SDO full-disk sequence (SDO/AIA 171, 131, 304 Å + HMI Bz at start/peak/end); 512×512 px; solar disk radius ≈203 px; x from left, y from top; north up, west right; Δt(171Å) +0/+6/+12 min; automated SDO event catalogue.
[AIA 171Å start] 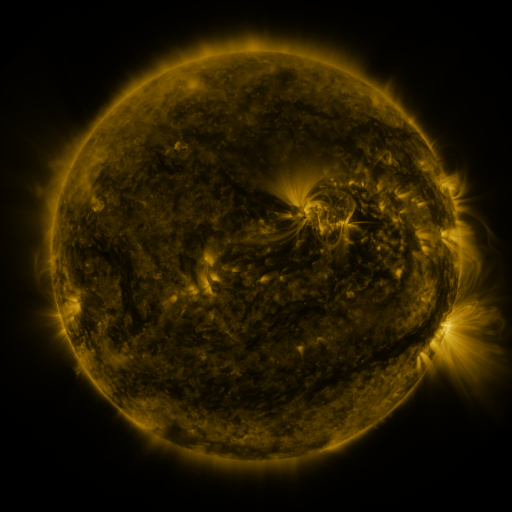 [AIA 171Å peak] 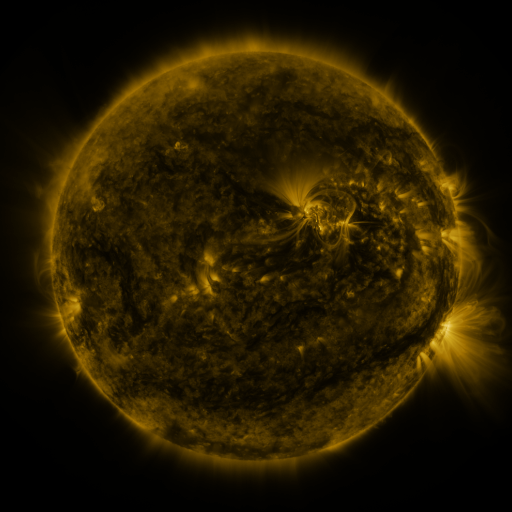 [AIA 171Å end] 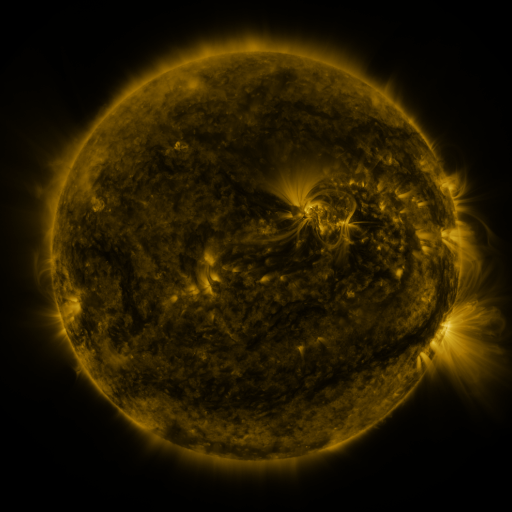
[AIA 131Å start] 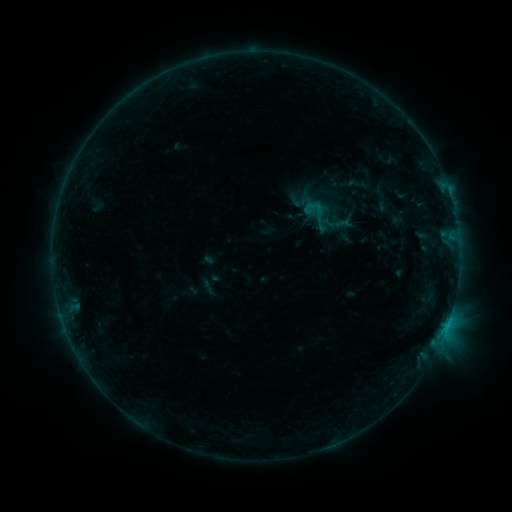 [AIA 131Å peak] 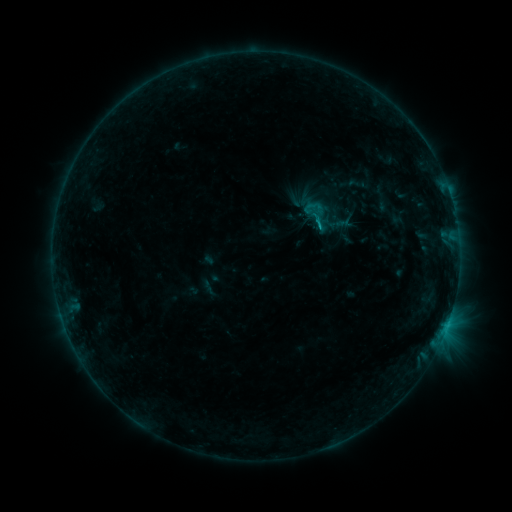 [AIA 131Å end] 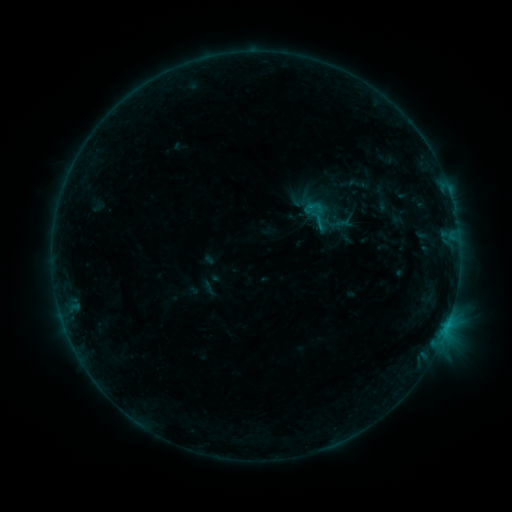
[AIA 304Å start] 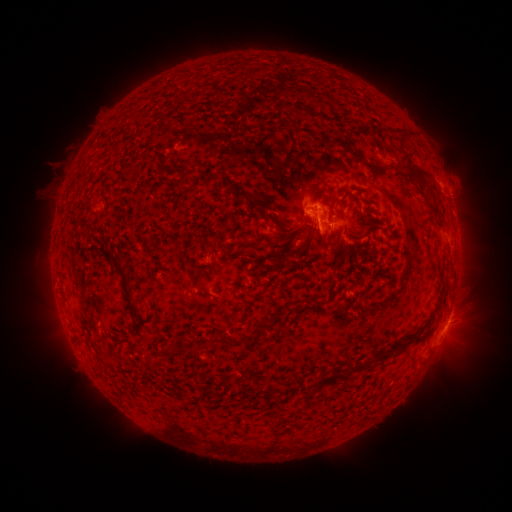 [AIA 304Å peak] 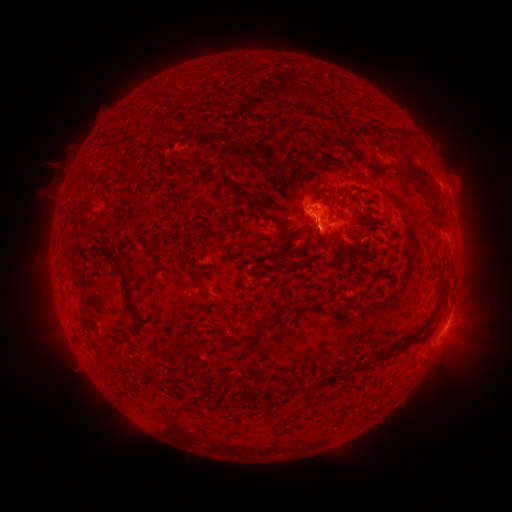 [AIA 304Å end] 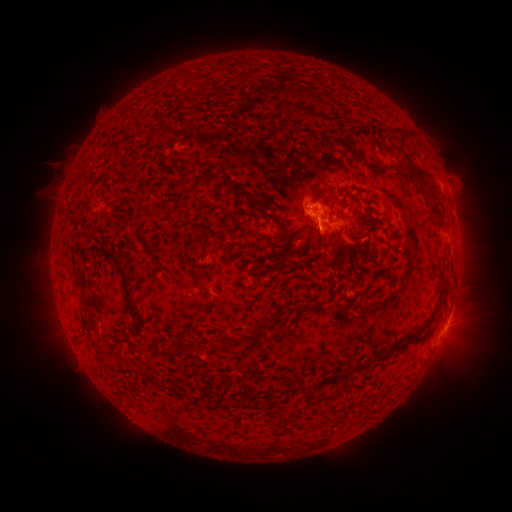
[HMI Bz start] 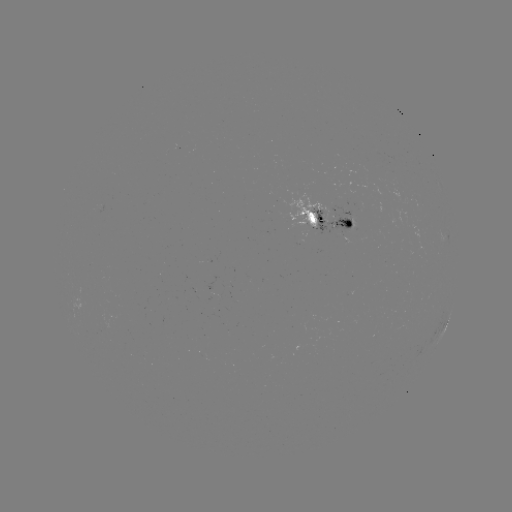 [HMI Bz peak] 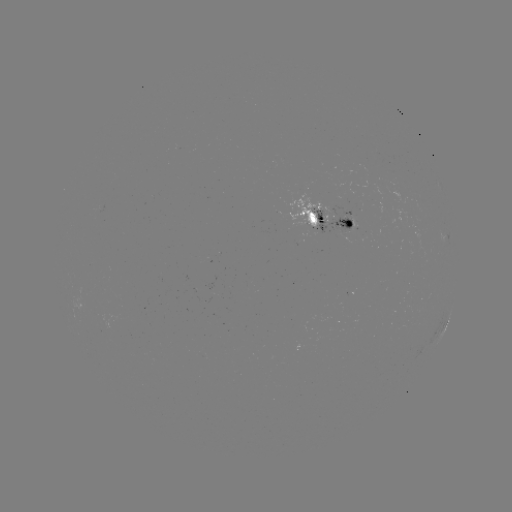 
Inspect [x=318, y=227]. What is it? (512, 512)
B8.2 flare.